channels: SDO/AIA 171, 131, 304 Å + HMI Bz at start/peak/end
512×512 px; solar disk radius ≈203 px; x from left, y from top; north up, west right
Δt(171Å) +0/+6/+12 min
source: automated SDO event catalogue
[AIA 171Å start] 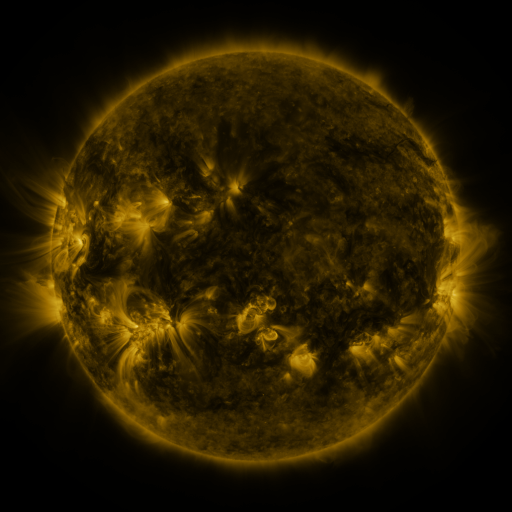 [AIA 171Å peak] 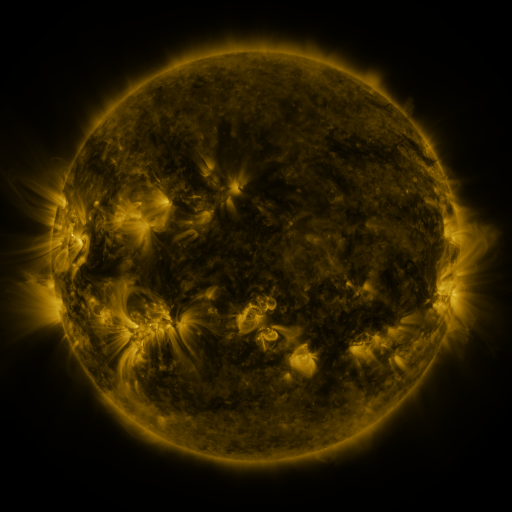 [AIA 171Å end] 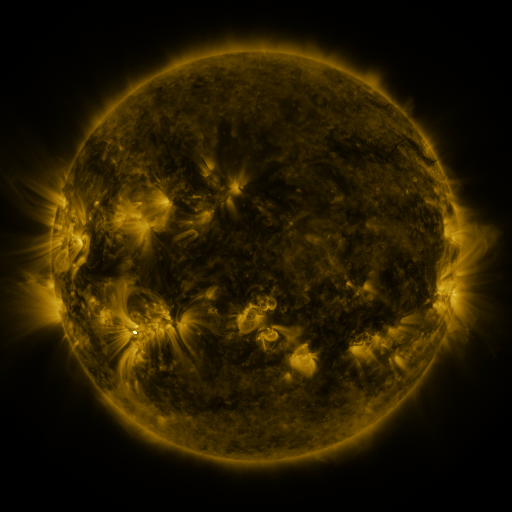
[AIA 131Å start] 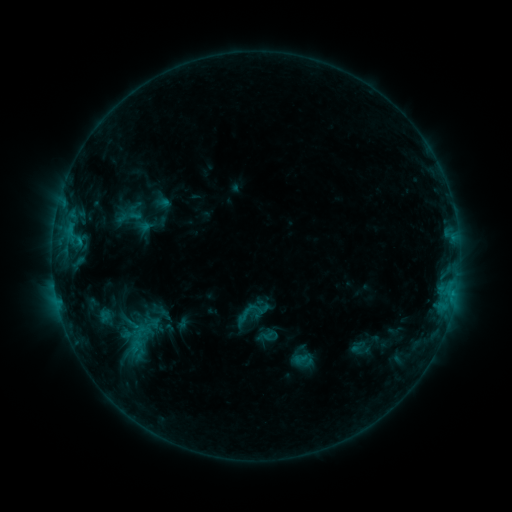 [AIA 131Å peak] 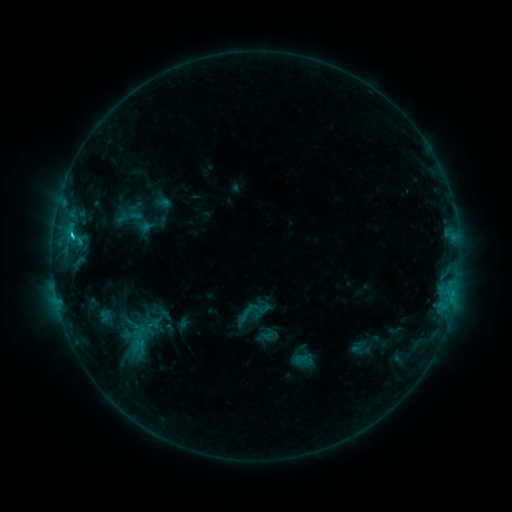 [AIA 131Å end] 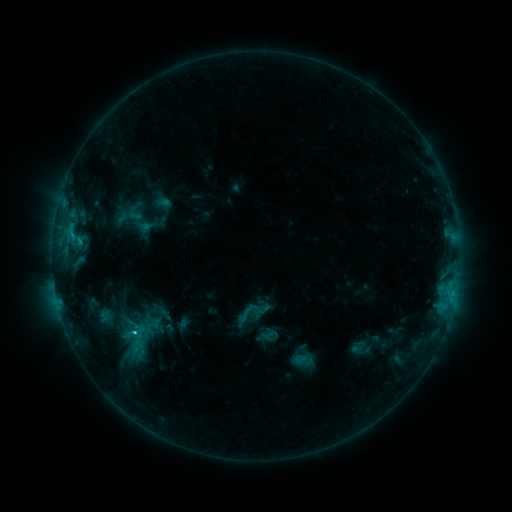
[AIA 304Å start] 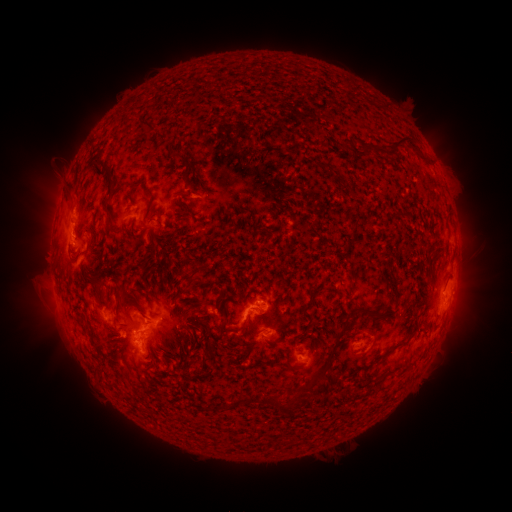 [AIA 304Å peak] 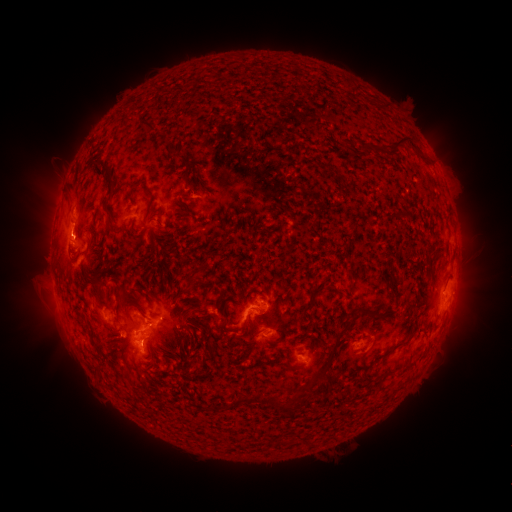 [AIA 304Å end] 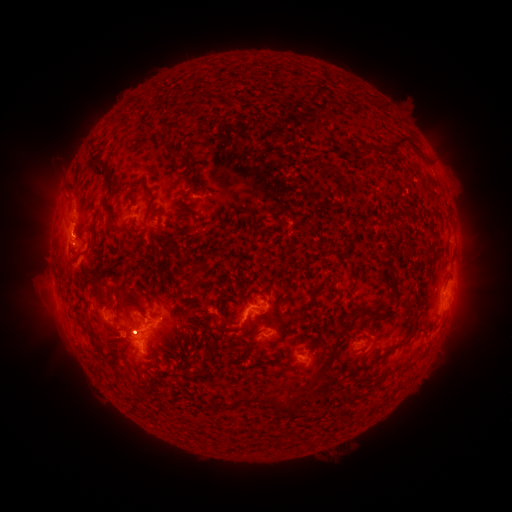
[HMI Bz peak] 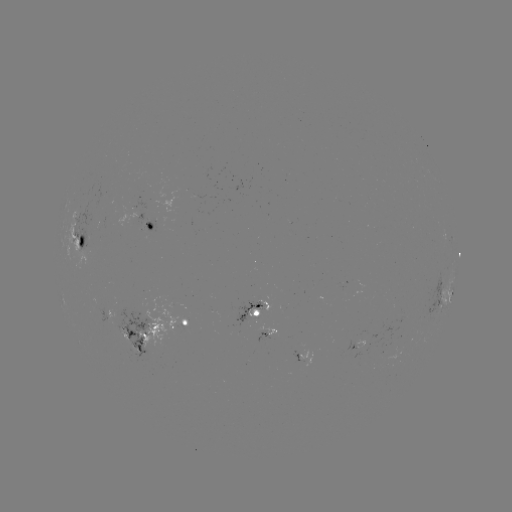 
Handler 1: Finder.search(C1.5 flare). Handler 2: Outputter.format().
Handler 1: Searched C1.5 flare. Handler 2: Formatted [72, 239].